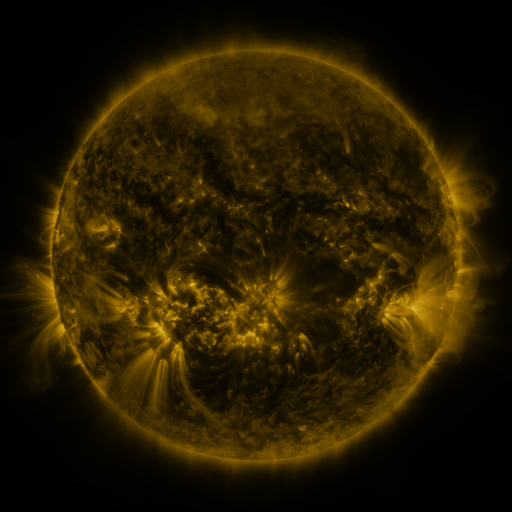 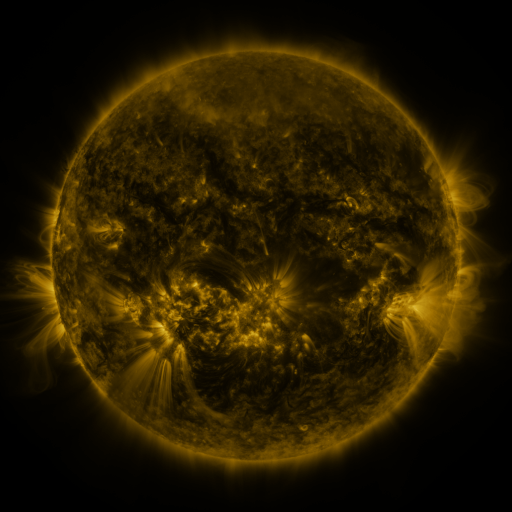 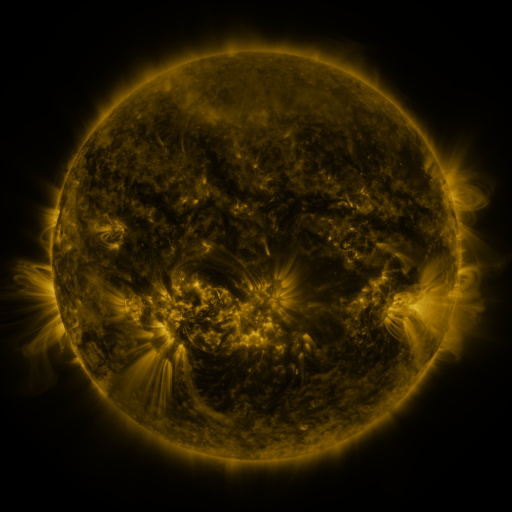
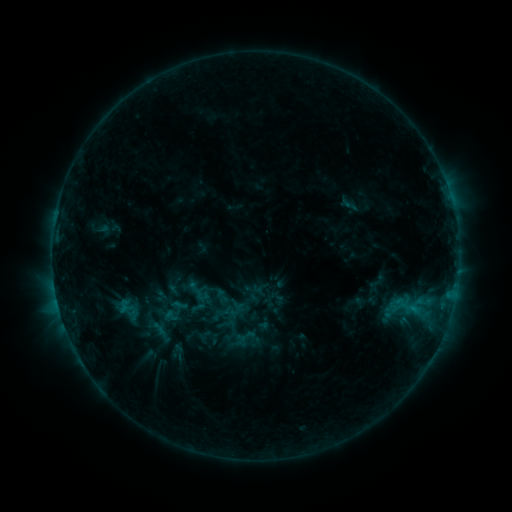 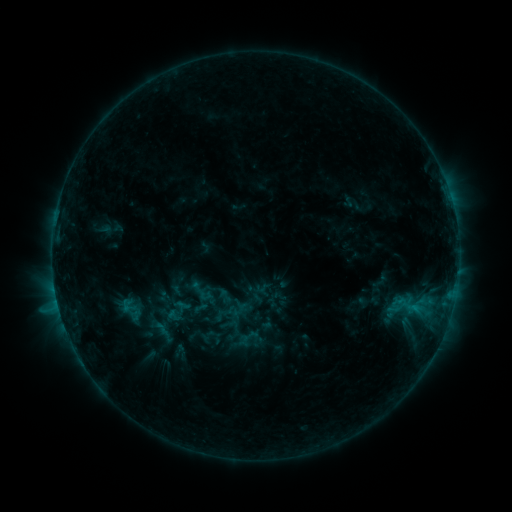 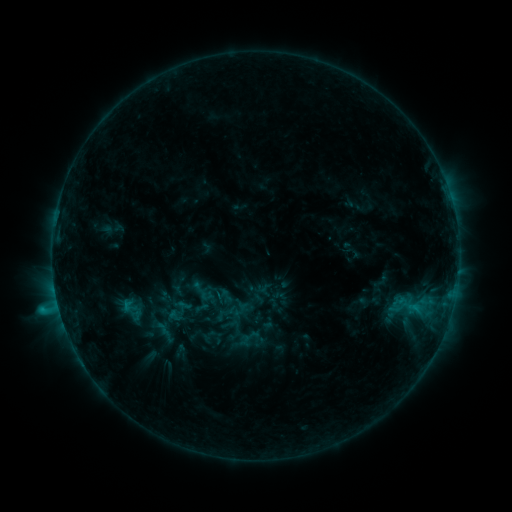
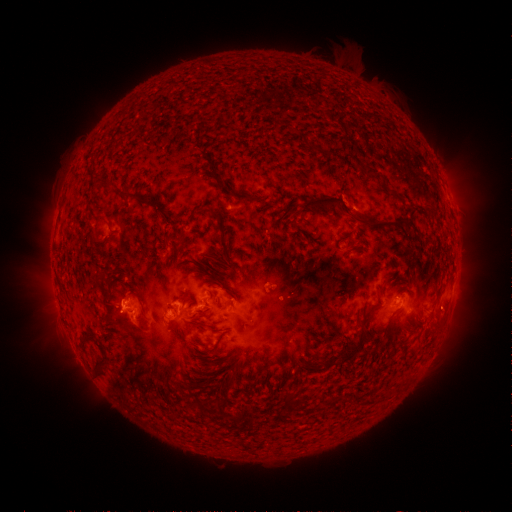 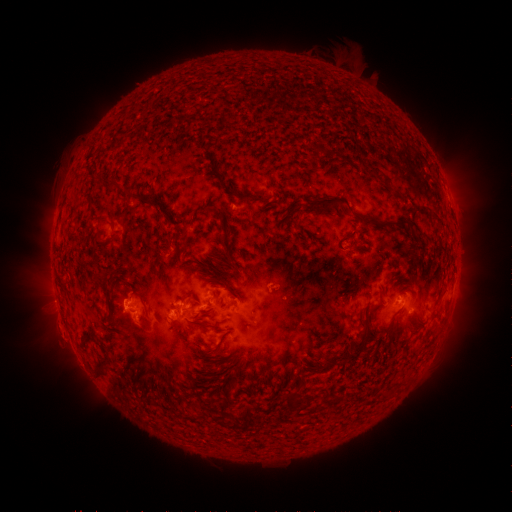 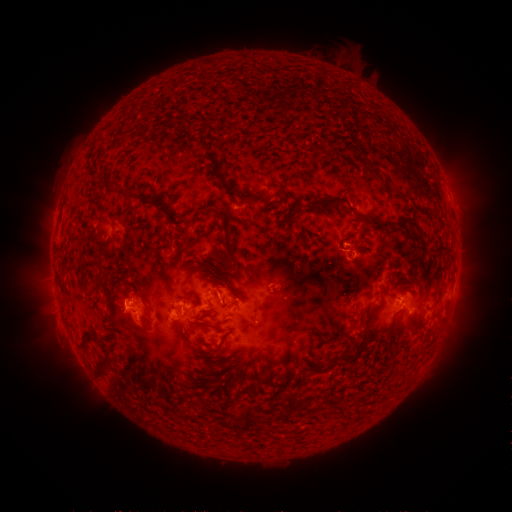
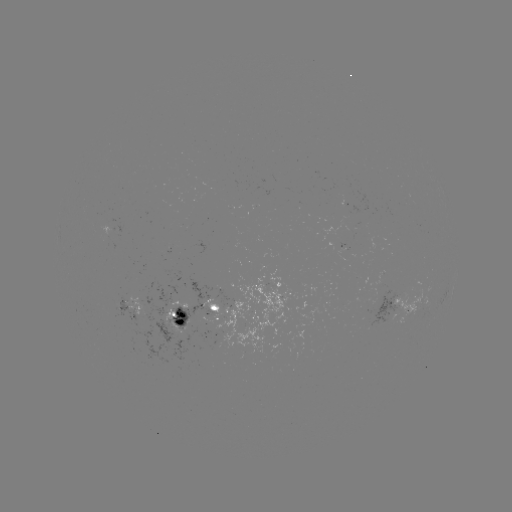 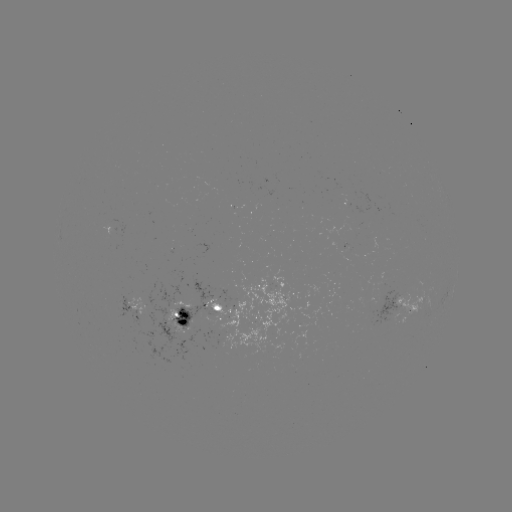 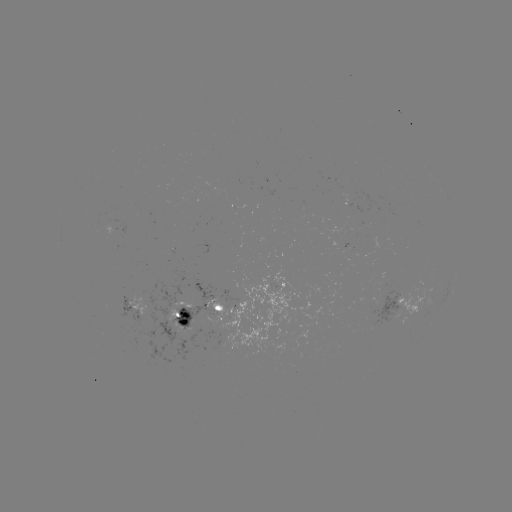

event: emerging-flux region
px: (370, 240)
